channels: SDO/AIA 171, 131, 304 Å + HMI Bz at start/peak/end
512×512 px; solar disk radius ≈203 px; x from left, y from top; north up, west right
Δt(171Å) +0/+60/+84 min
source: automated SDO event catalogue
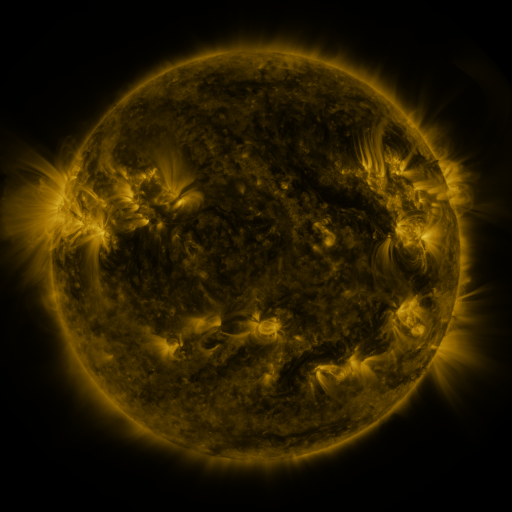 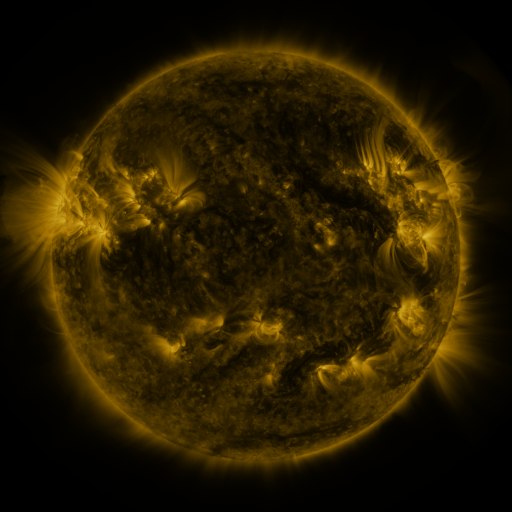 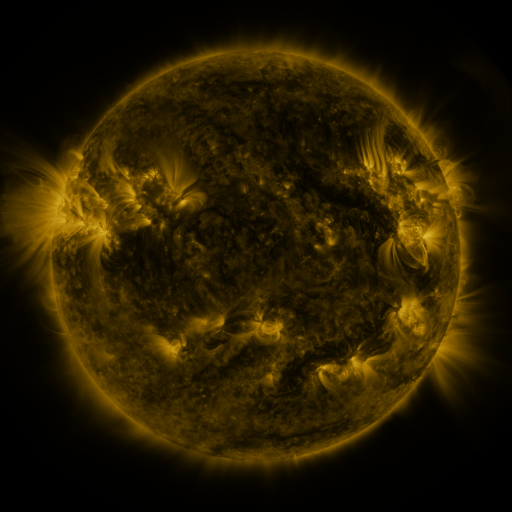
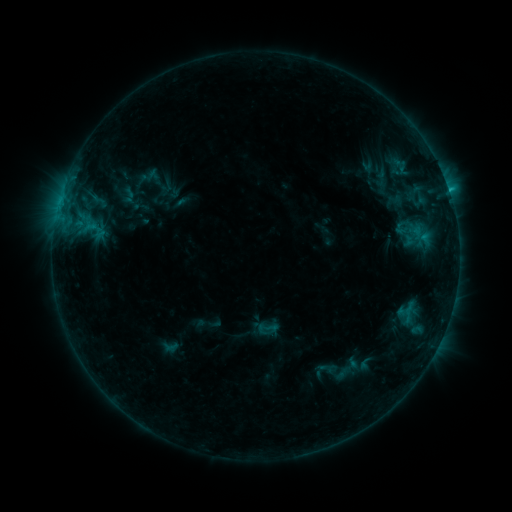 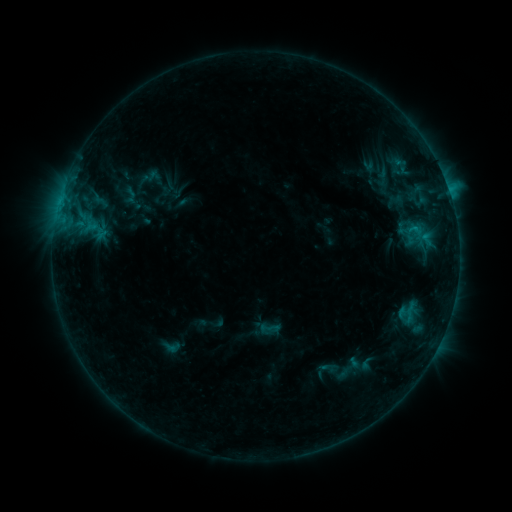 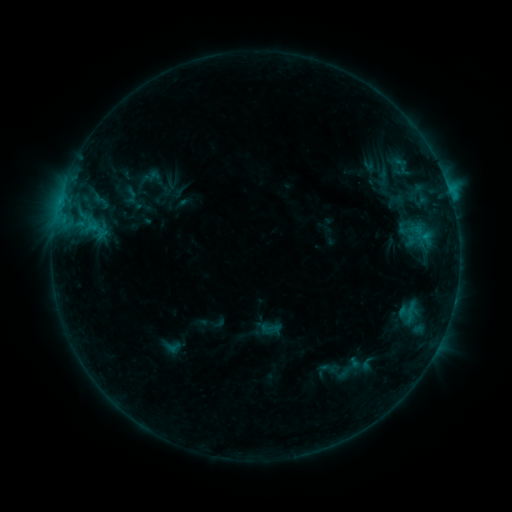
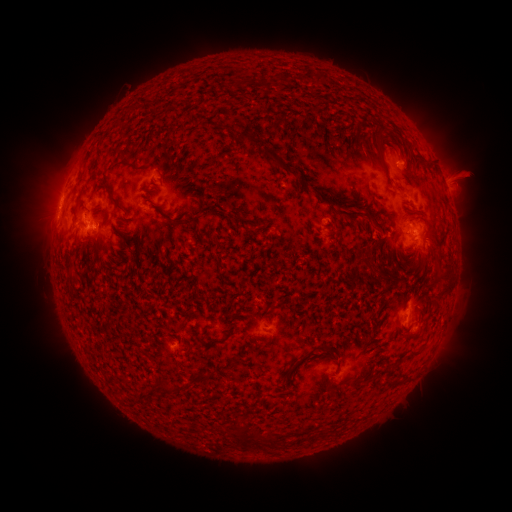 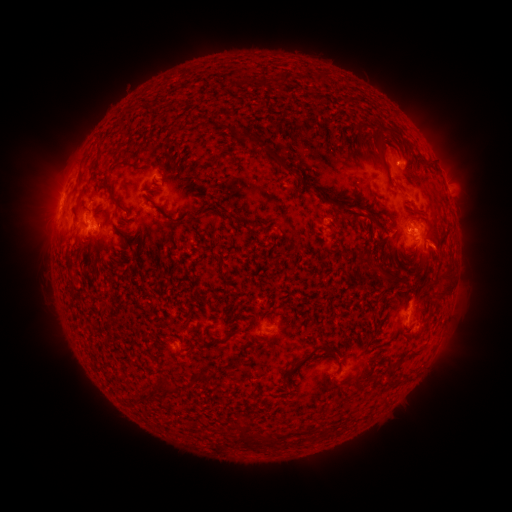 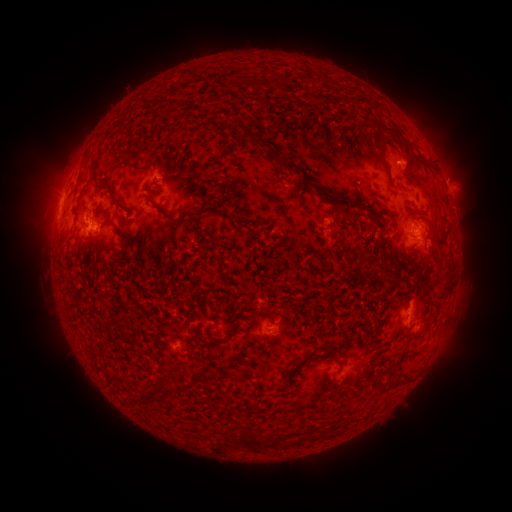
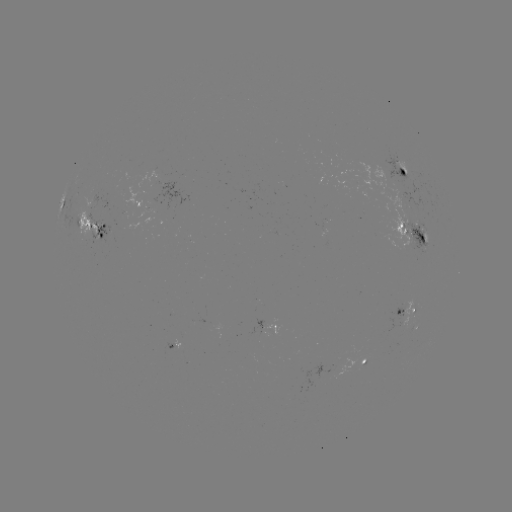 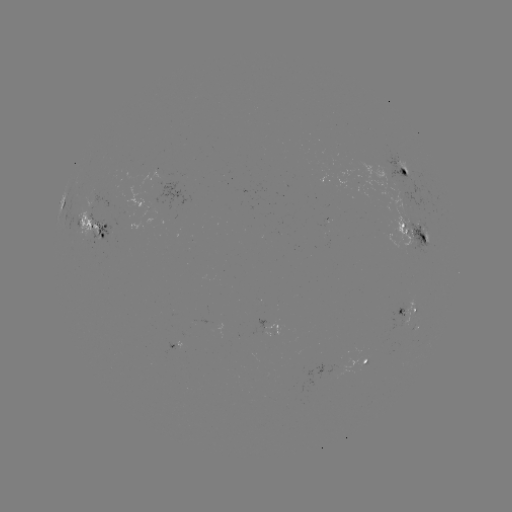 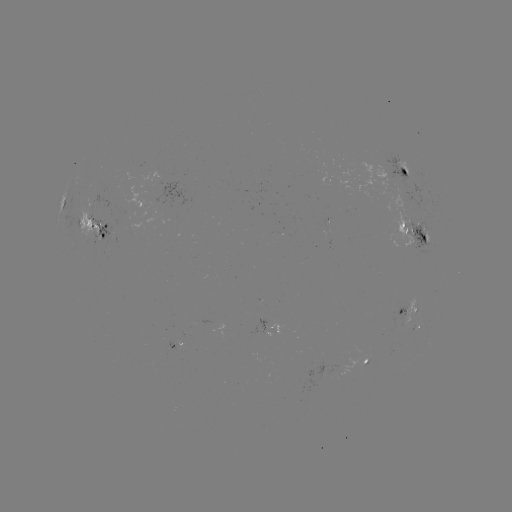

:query emerging-flux region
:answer [273, 330]